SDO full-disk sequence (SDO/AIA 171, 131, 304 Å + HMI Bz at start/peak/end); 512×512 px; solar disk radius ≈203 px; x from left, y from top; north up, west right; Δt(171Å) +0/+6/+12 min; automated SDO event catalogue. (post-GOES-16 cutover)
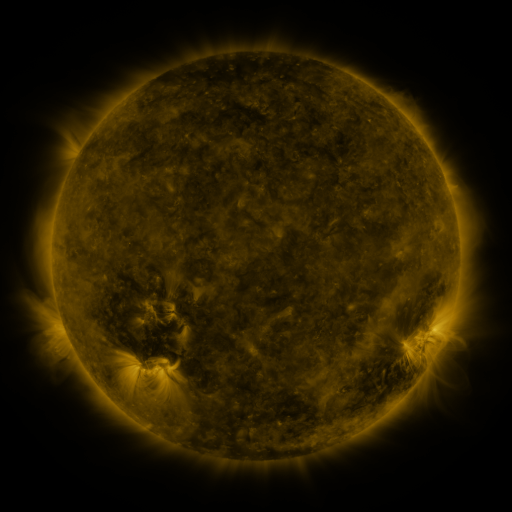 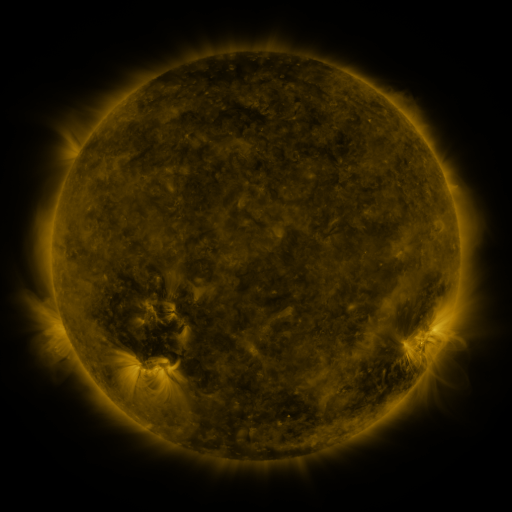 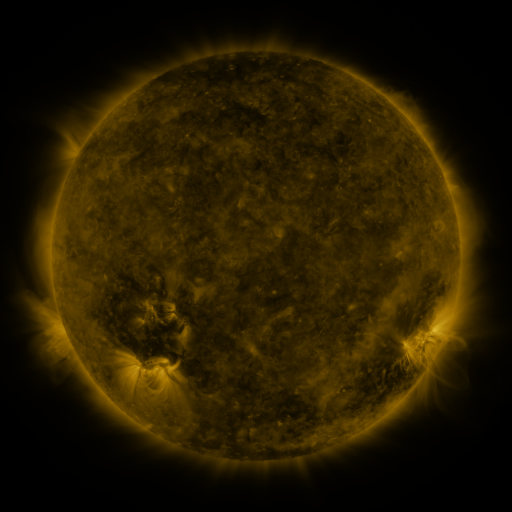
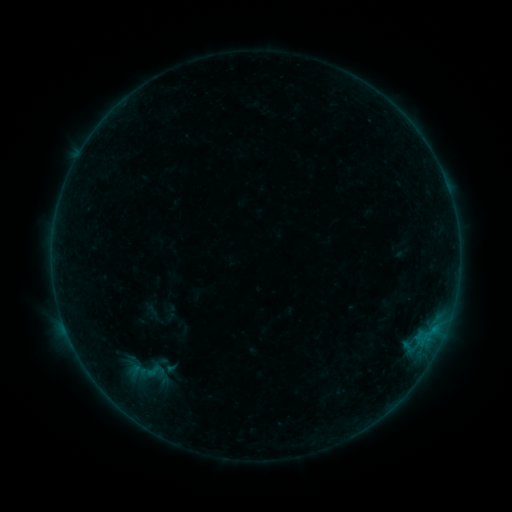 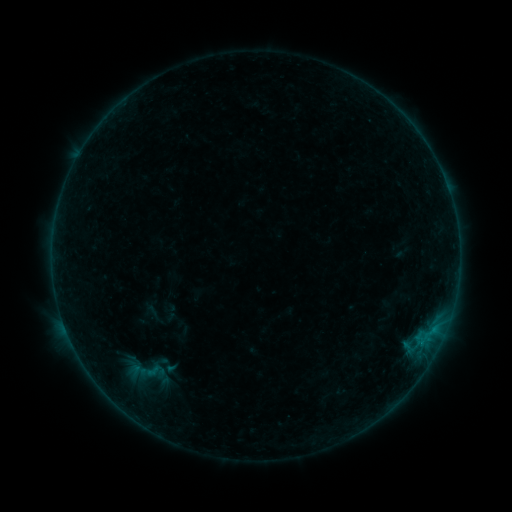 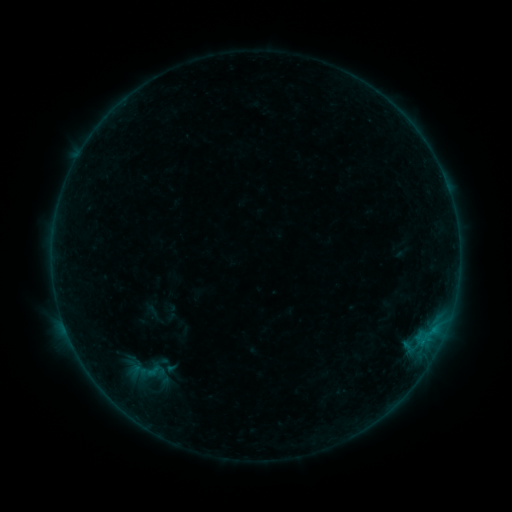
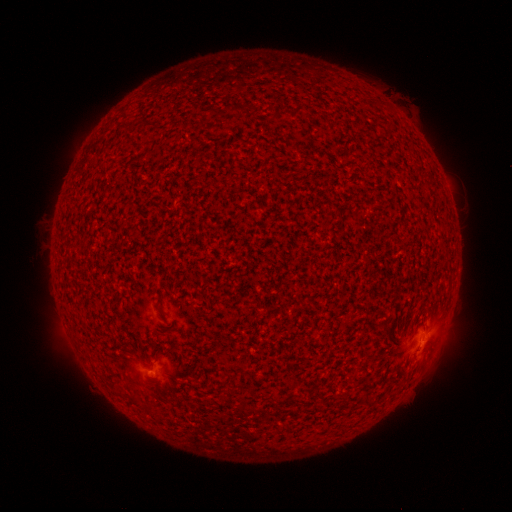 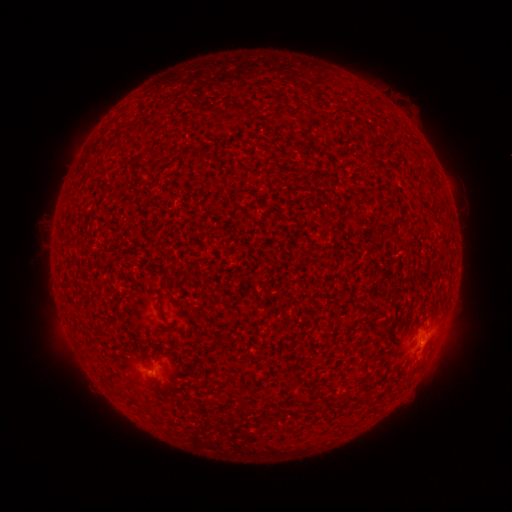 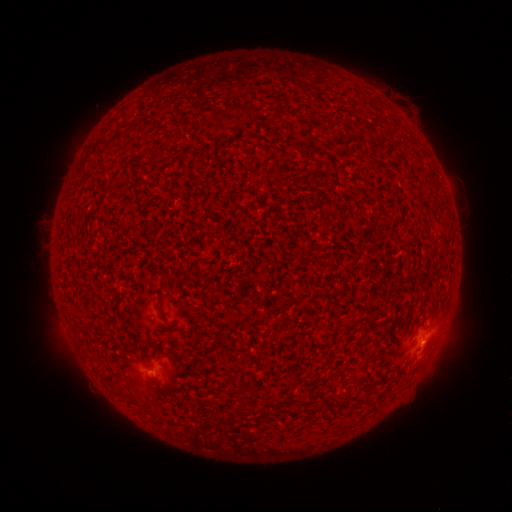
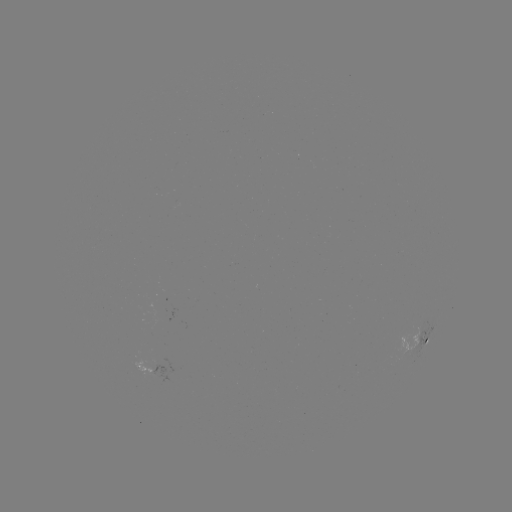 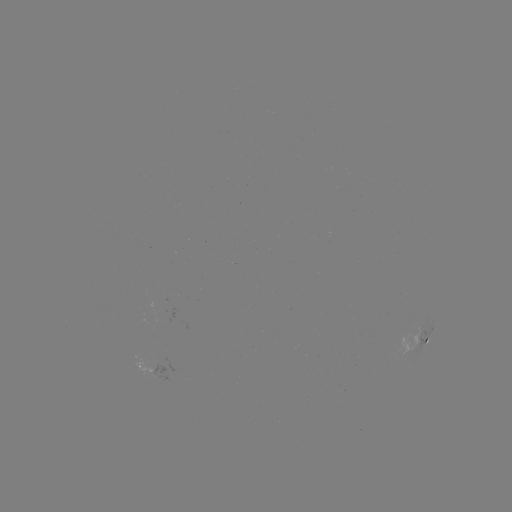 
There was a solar flare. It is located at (422, 339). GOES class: B1.4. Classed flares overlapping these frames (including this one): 1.